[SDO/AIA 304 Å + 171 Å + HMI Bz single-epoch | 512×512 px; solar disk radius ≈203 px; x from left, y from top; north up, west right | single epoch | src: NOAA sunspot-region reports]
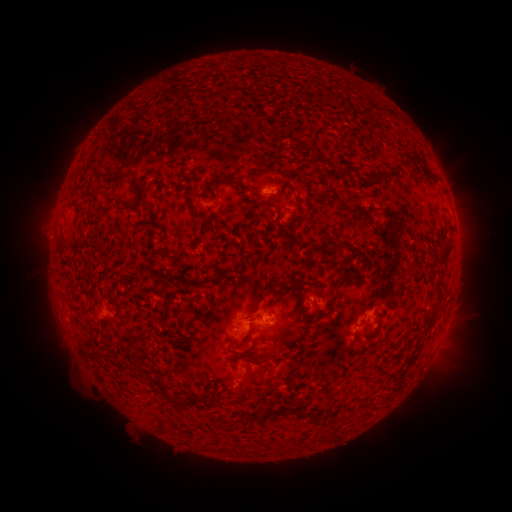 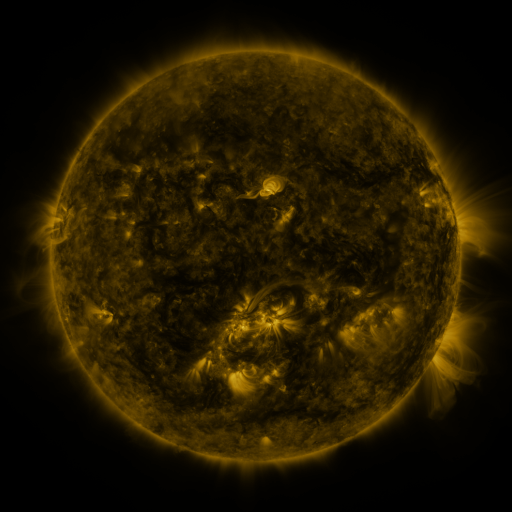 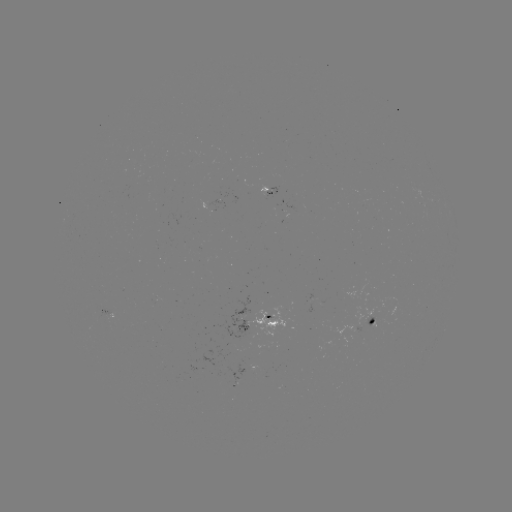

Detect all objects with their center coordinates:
spotted active region: (269, 188)
spotted active region: (208, 205)
spotted active region: (109, 311)
spotted active region: (373, 319)
spotted active region: (259, 324)
